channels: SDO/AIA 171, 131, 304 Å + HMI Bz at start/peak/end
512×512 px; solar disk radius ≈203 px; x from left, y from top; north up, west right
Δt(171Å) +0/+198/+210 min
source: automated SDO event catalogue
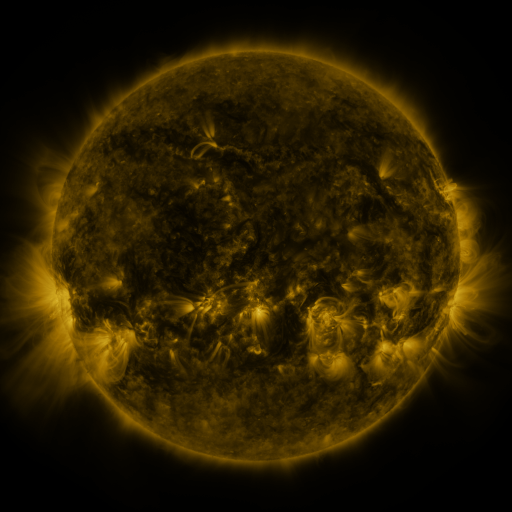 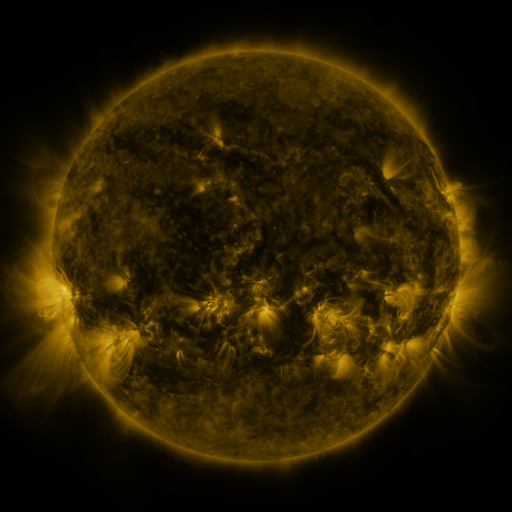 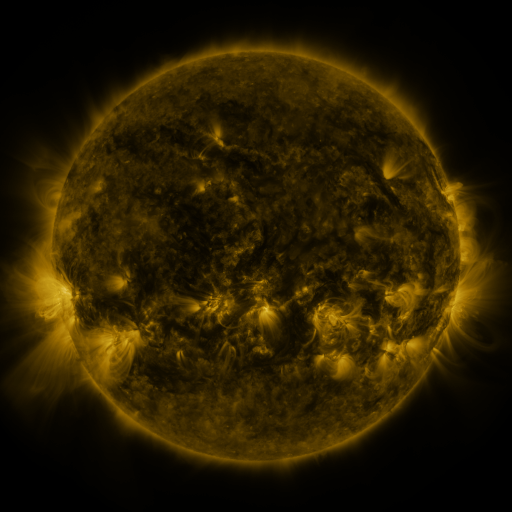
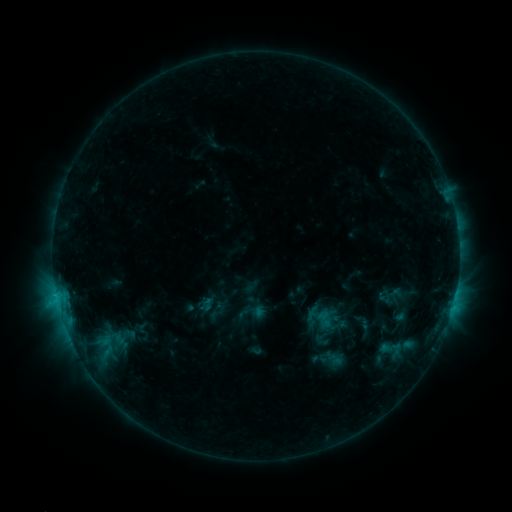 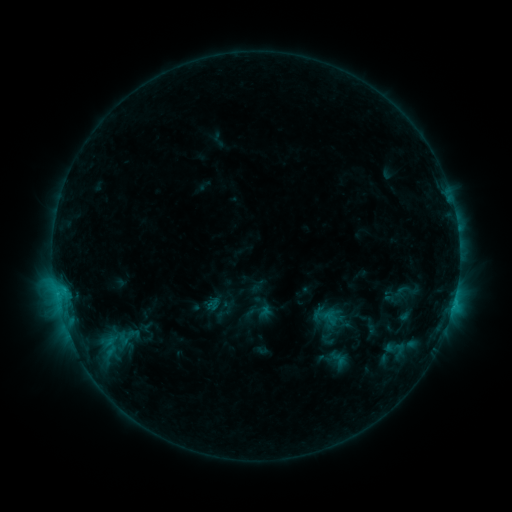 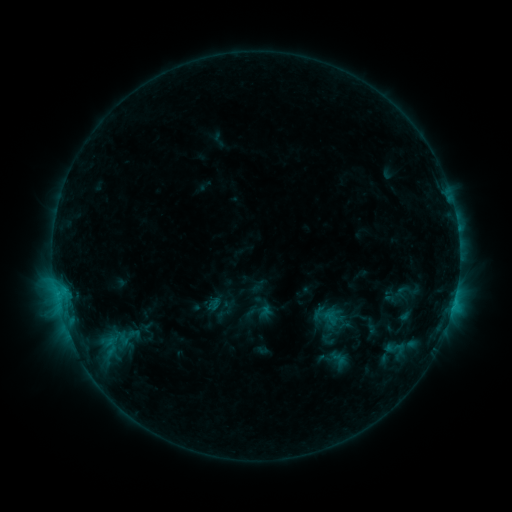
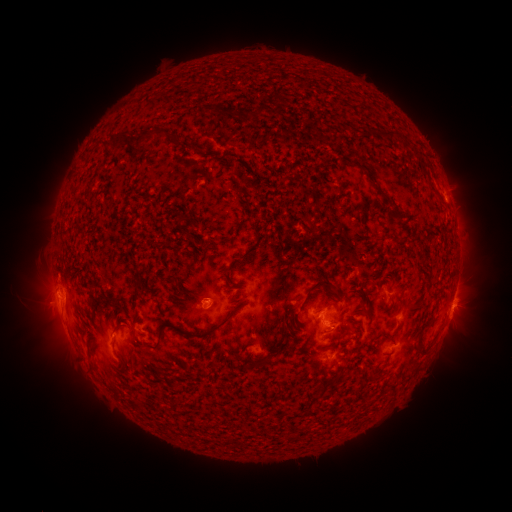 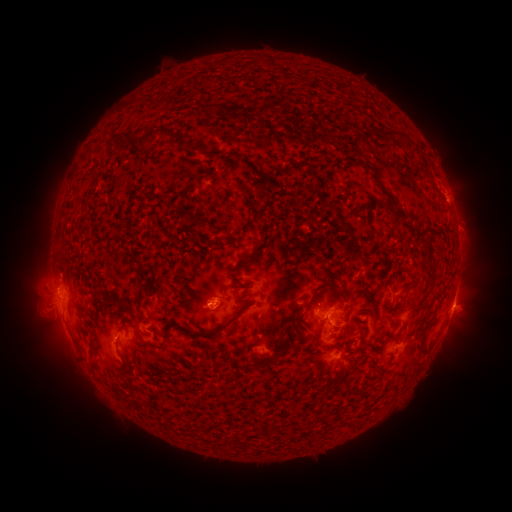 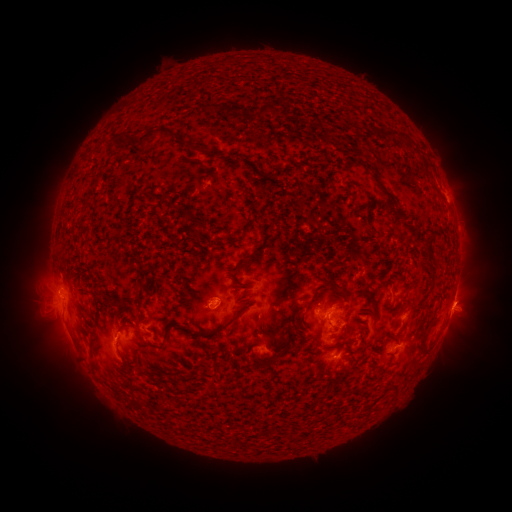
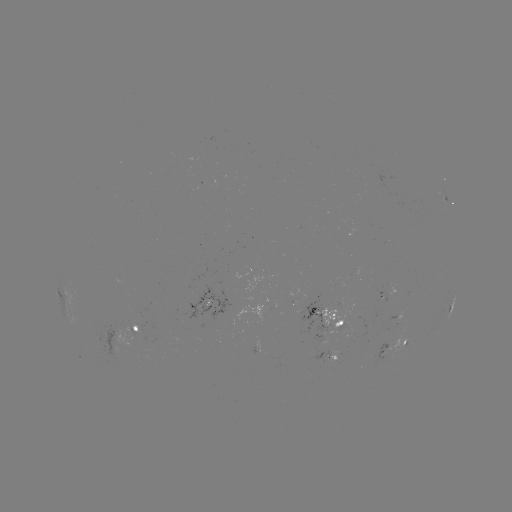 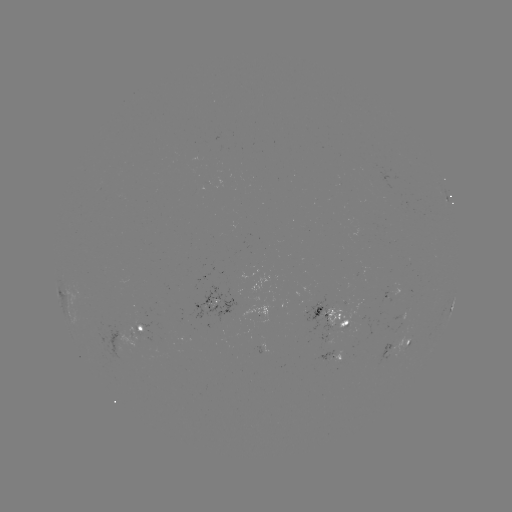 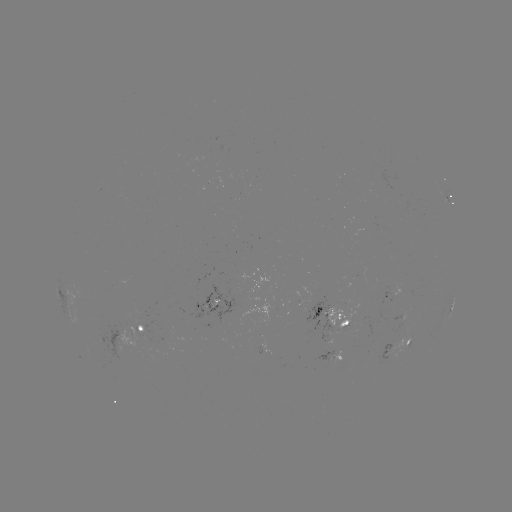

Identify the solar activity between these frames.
emerging-flux region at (339, 360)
